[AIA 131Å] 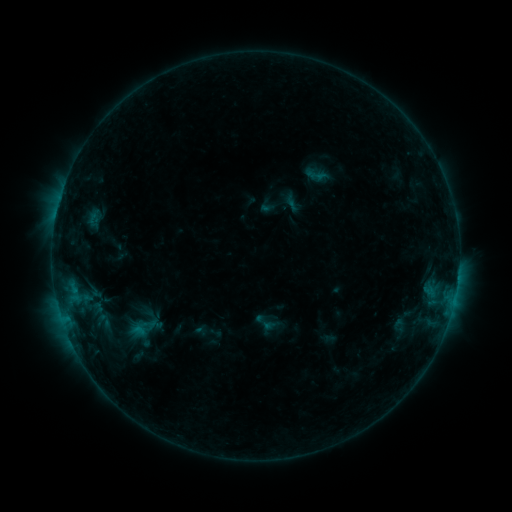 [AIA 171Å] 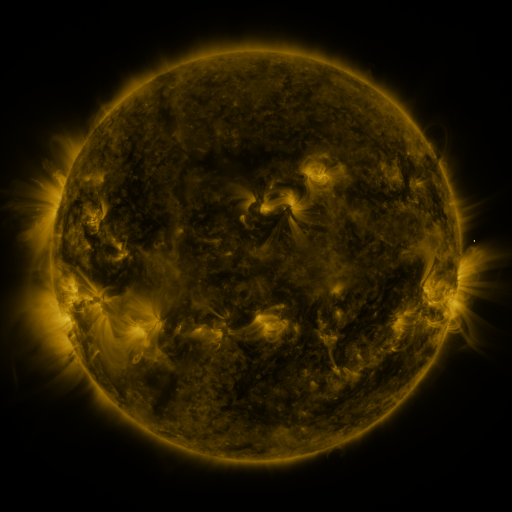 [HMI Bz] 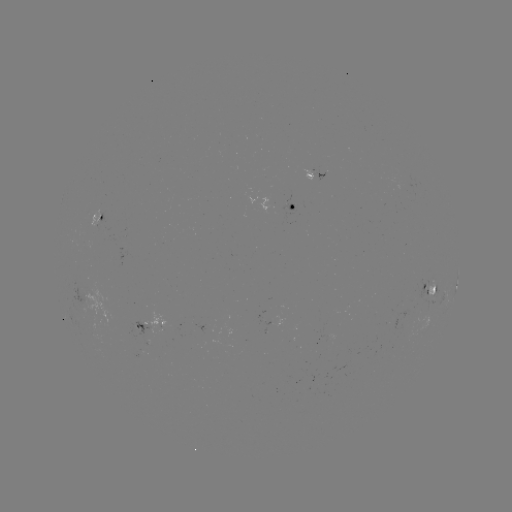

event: sigmoid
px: (317, 174)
